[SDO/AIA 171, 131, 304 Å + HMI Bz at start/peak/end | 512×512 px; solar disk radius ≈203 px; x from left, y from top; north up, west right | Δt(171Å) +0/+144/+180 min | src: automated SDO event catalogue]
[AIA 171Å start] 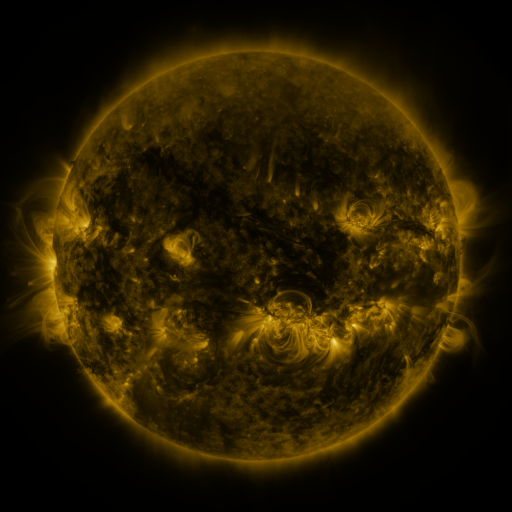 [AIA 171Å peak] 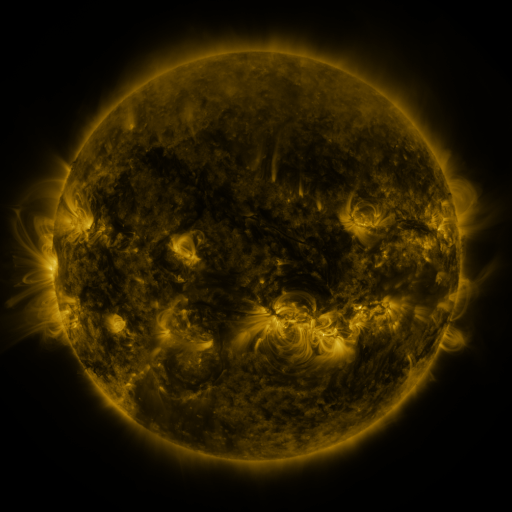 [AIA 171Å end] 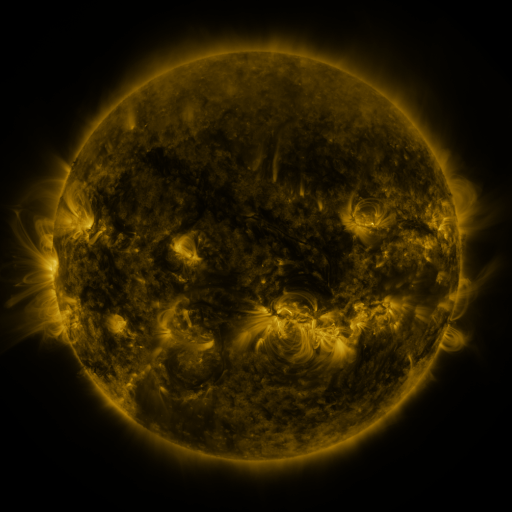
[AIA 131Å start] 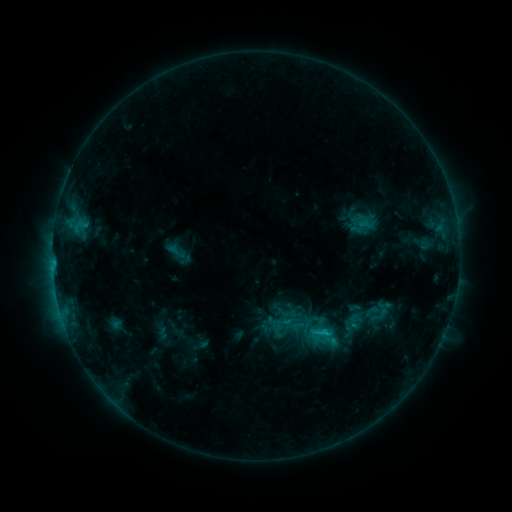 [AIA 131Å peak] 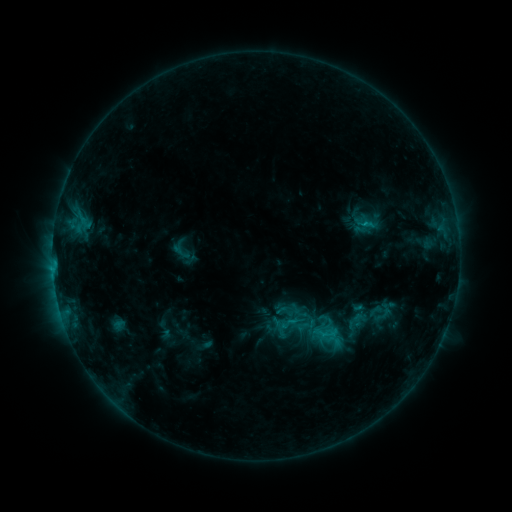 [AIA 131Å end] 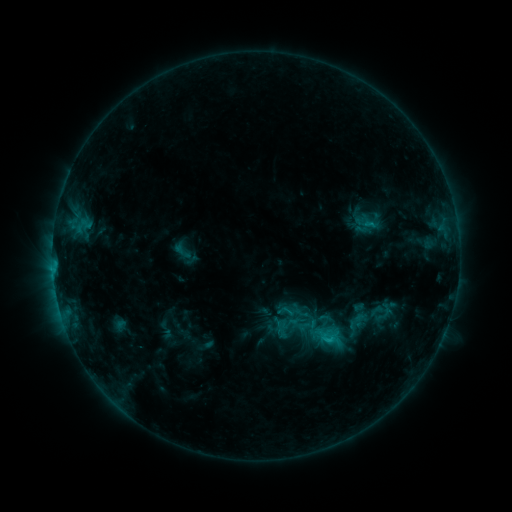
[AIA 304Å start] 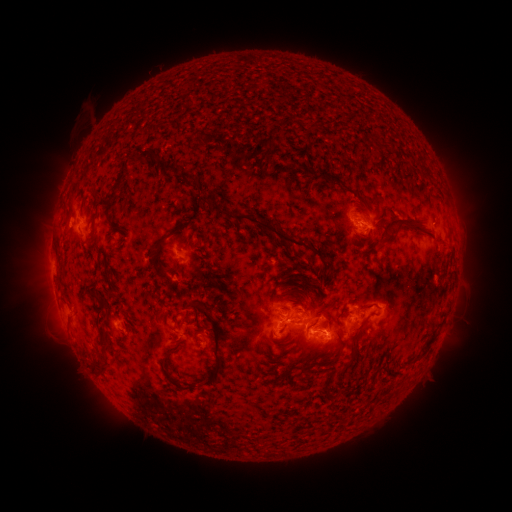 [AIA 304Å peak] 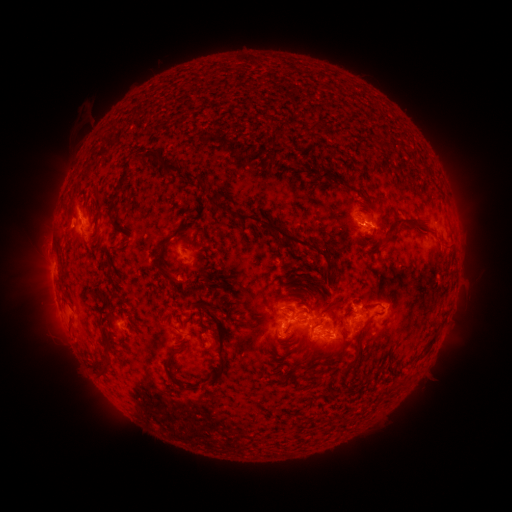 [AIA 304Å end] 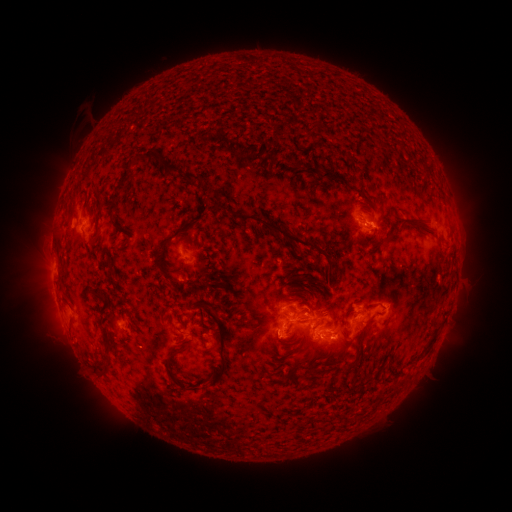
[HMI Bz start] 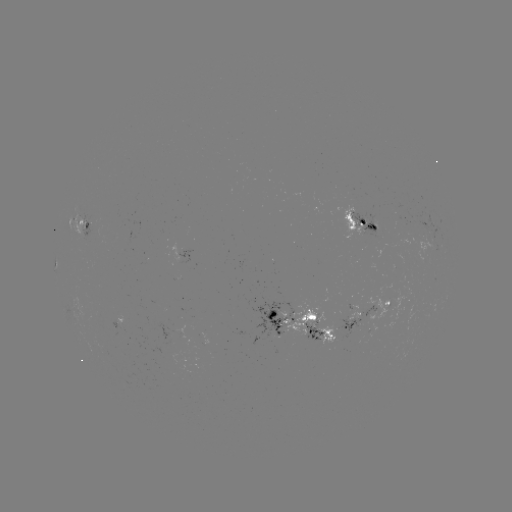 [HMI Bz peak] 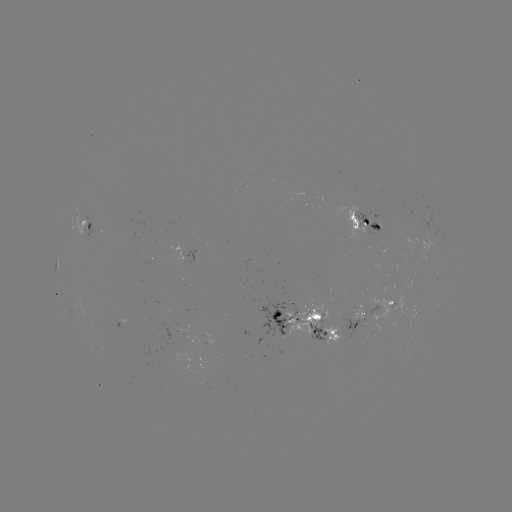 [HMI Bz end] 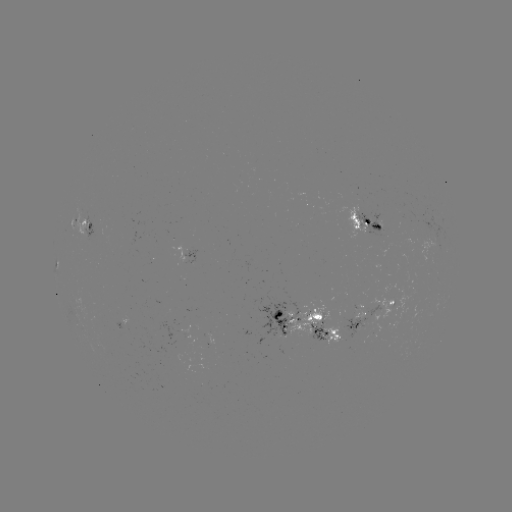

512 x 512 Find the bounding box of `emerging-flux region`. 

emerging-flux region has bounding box [249, 296, 298, 346].